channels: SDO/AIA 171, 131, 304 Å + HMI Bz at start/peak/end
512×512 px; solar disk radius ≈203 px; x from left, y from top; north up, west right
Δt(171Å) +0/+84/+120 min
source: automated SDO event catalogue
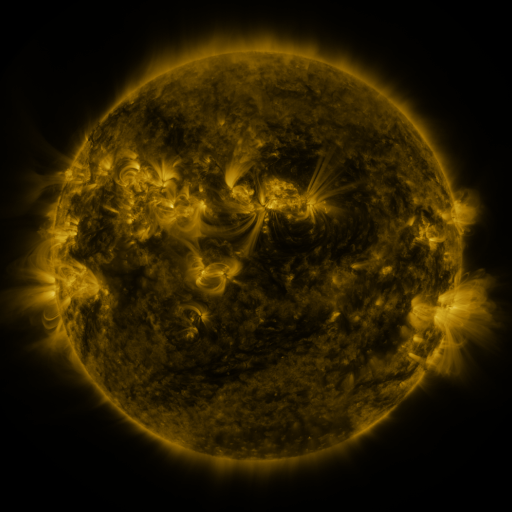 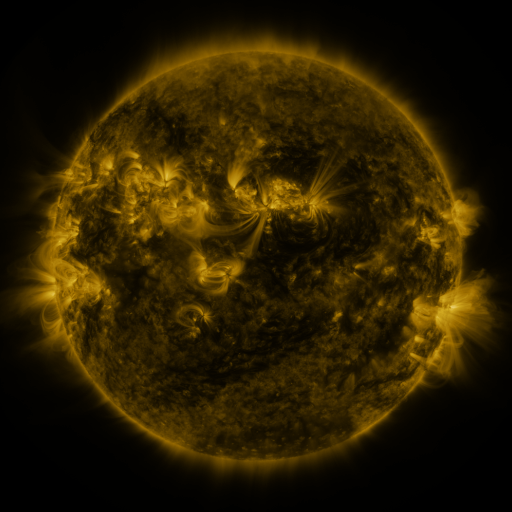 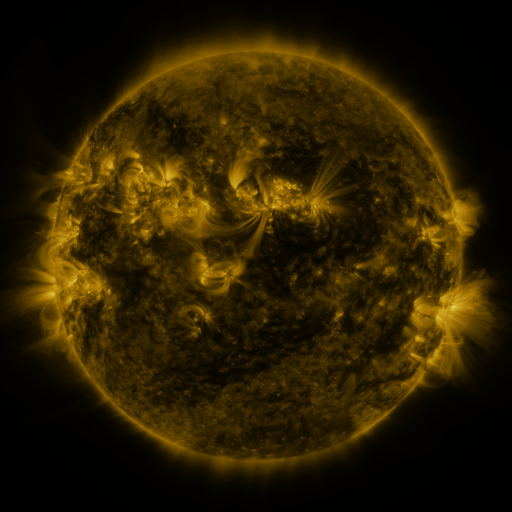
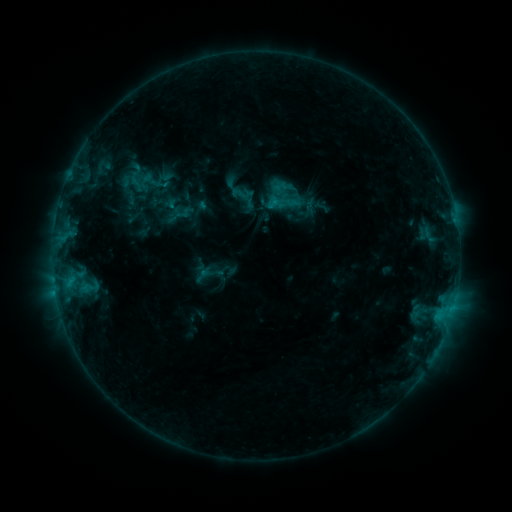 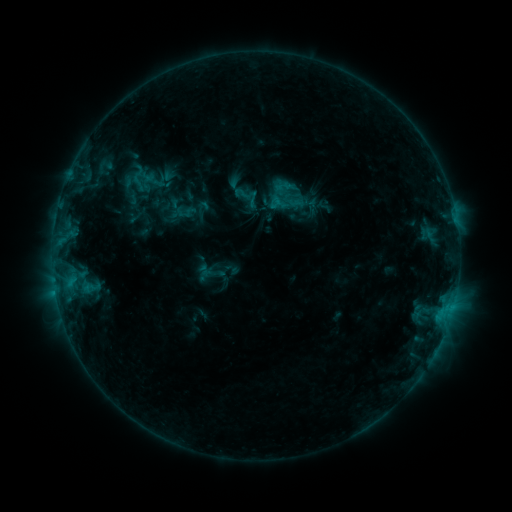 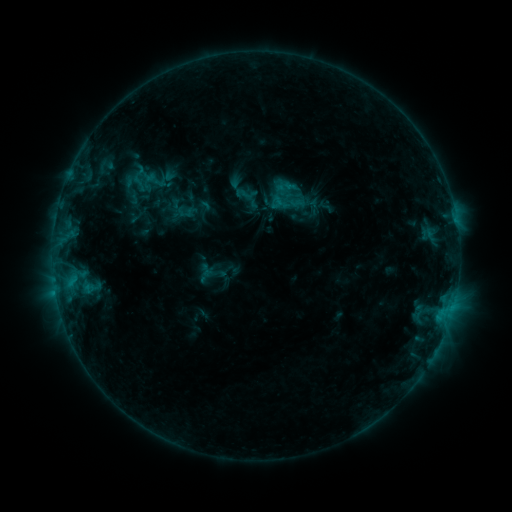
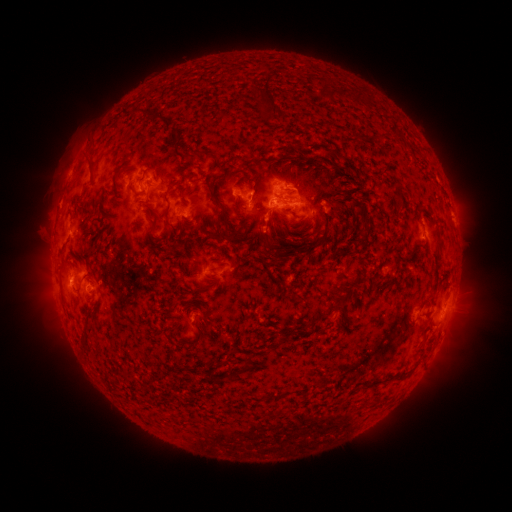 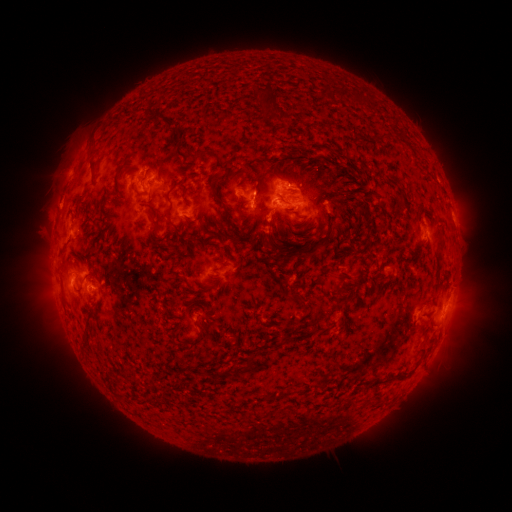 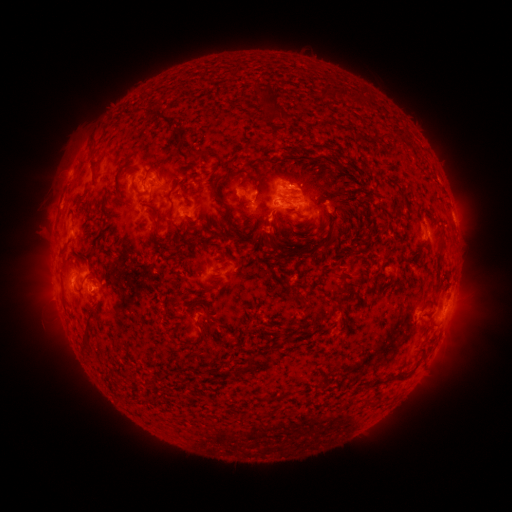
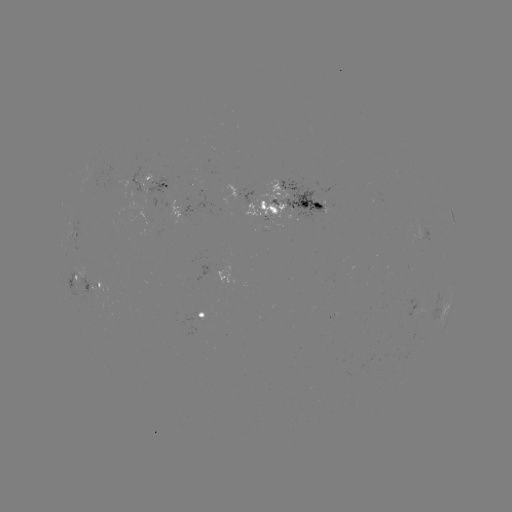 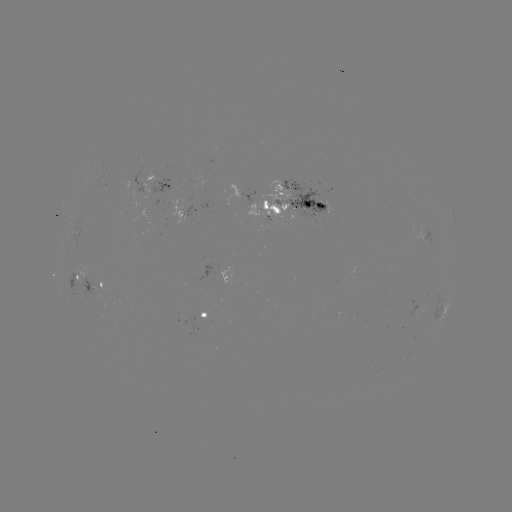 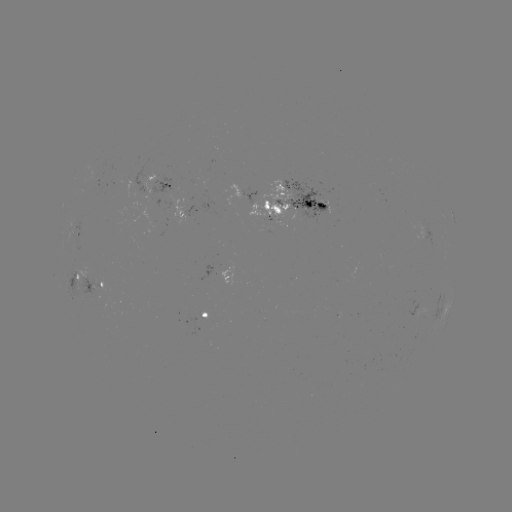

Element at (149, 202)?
emerging-flux region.